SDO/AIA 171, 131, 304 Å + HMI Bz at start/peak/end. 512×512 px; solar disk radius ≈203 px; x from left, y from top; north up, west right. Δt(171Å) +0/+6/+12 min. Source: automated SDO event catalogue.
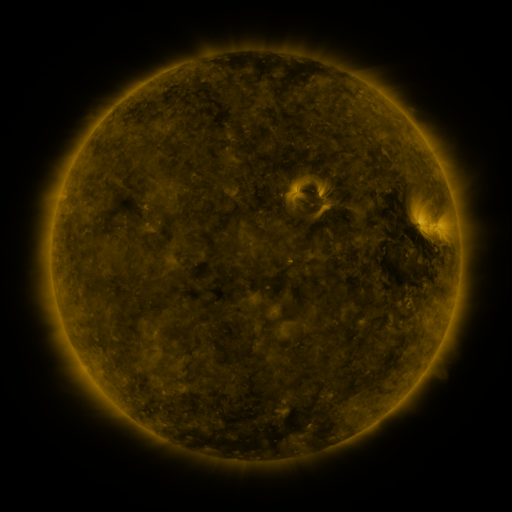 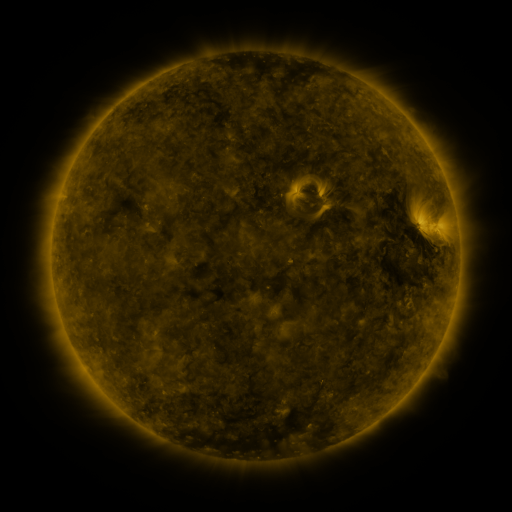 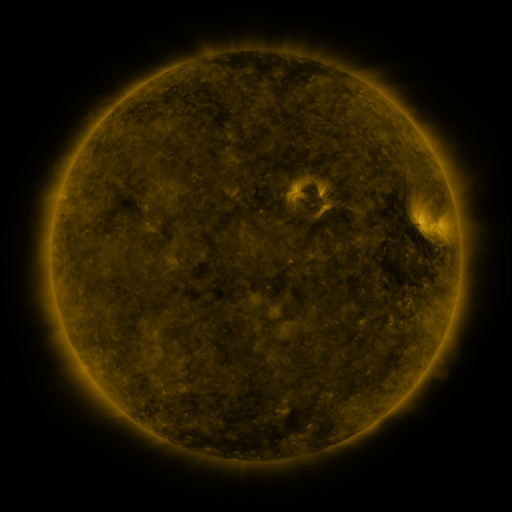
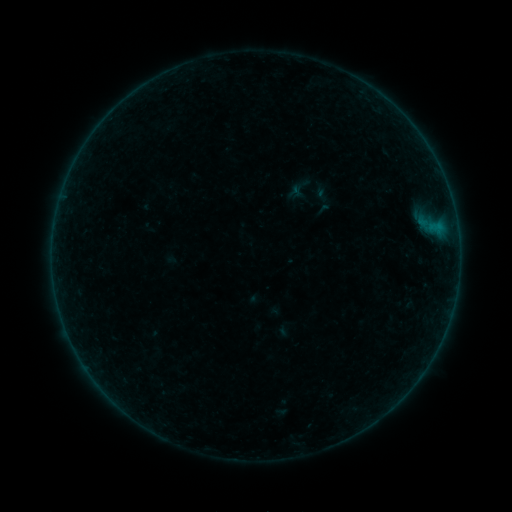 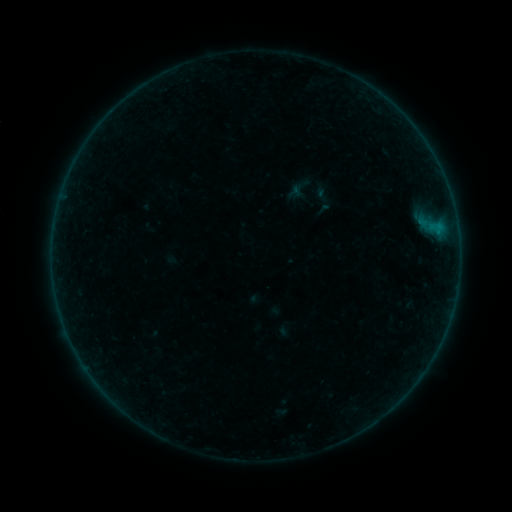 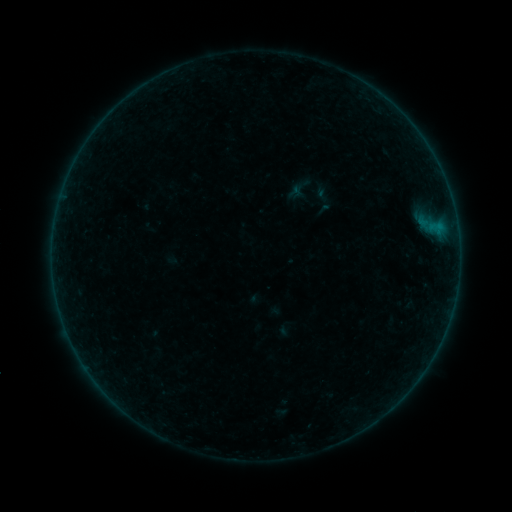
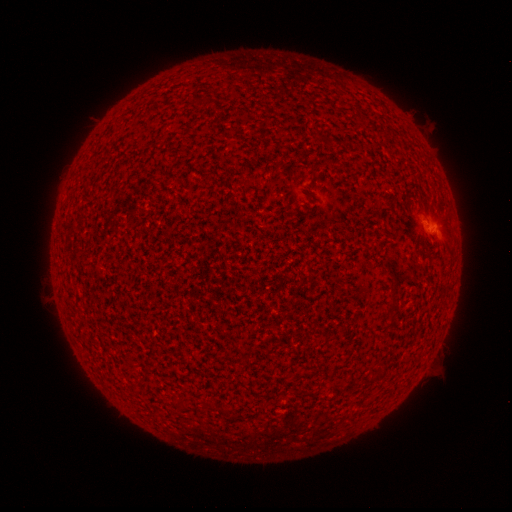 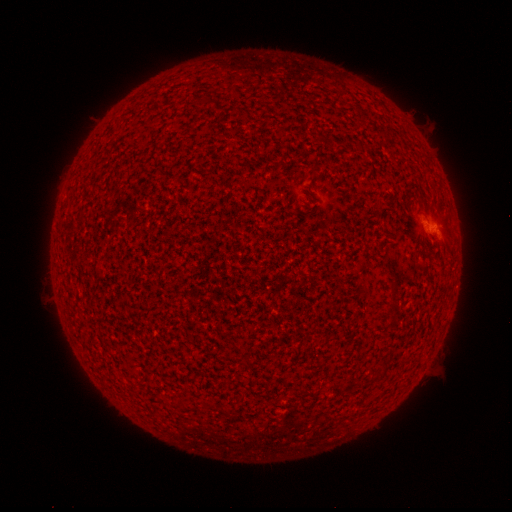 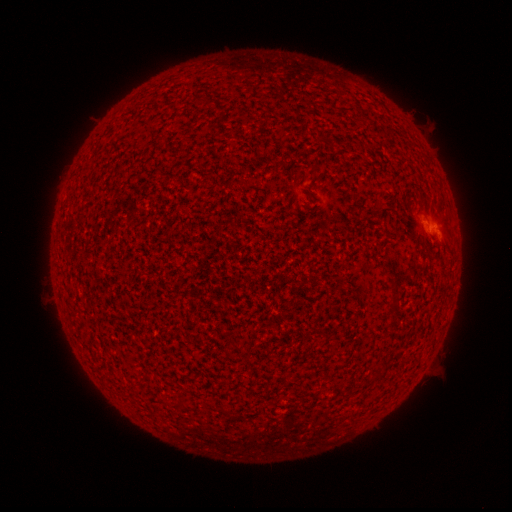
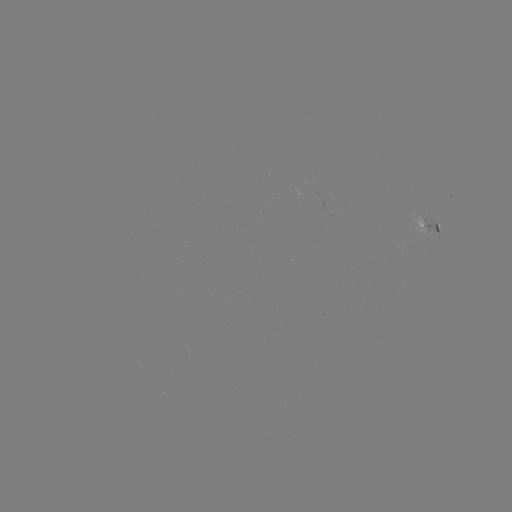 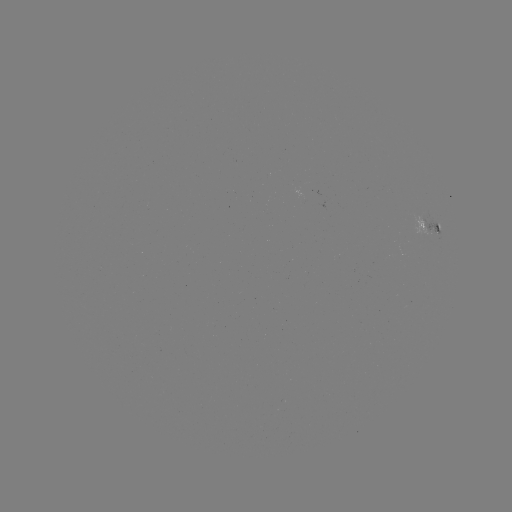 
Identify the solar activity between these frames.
B1.1 flare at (436, 232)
